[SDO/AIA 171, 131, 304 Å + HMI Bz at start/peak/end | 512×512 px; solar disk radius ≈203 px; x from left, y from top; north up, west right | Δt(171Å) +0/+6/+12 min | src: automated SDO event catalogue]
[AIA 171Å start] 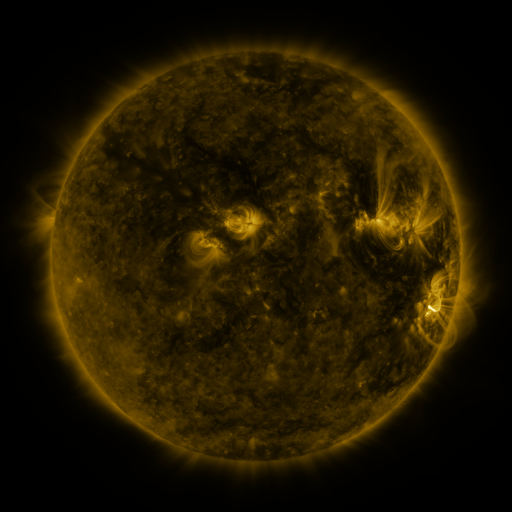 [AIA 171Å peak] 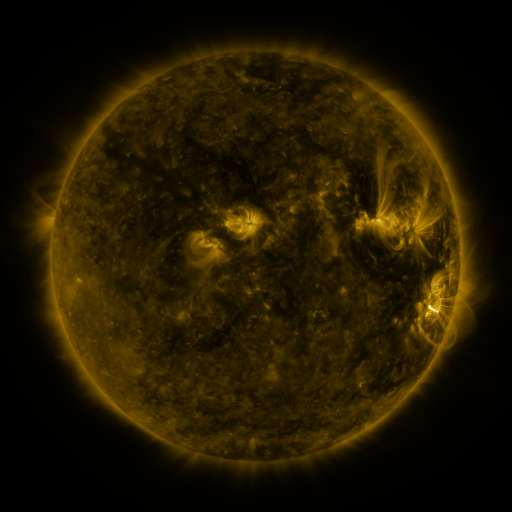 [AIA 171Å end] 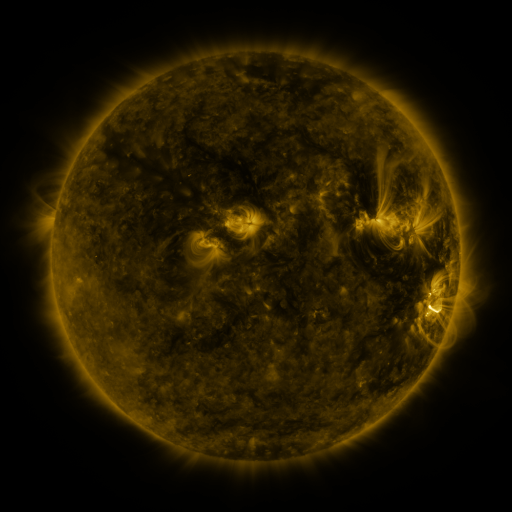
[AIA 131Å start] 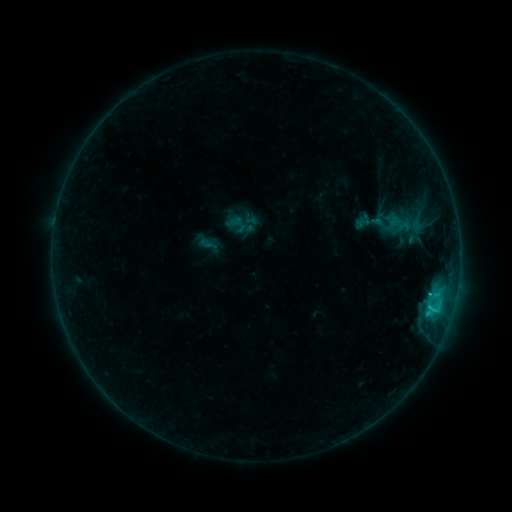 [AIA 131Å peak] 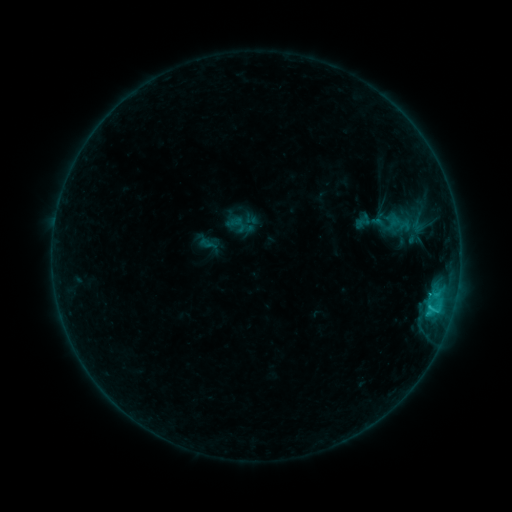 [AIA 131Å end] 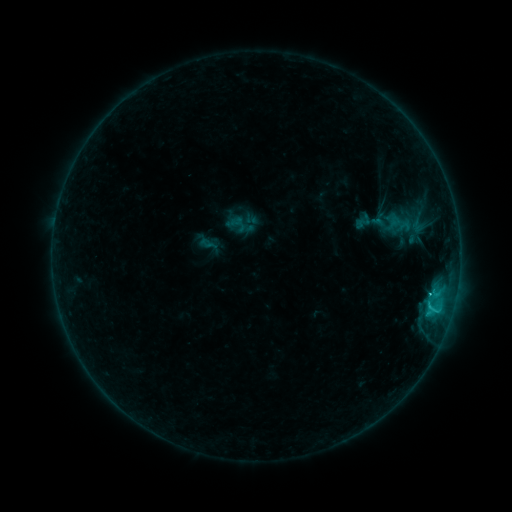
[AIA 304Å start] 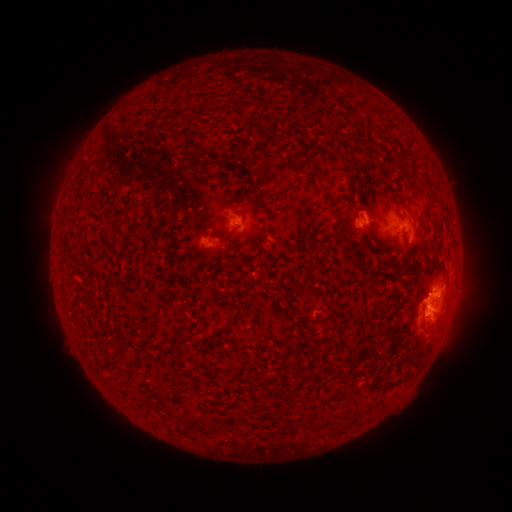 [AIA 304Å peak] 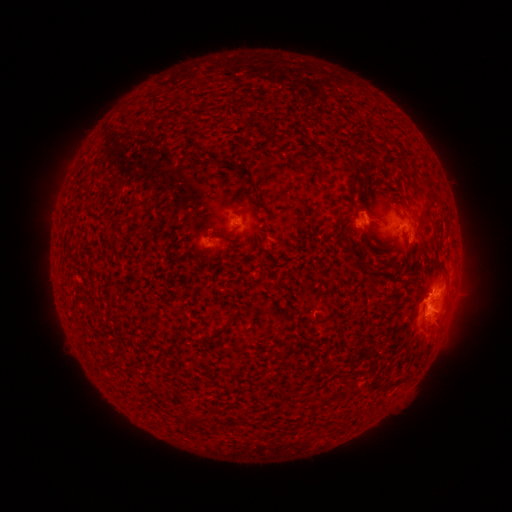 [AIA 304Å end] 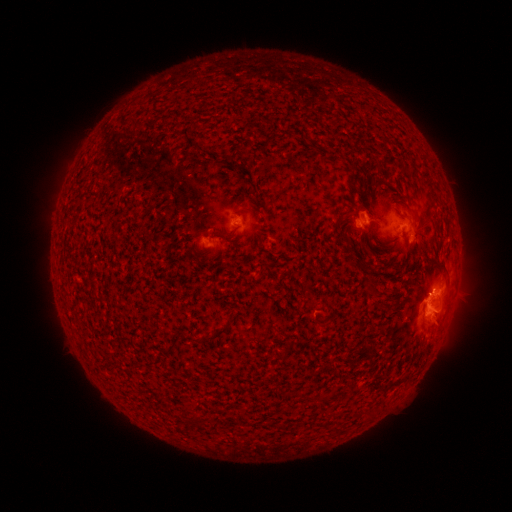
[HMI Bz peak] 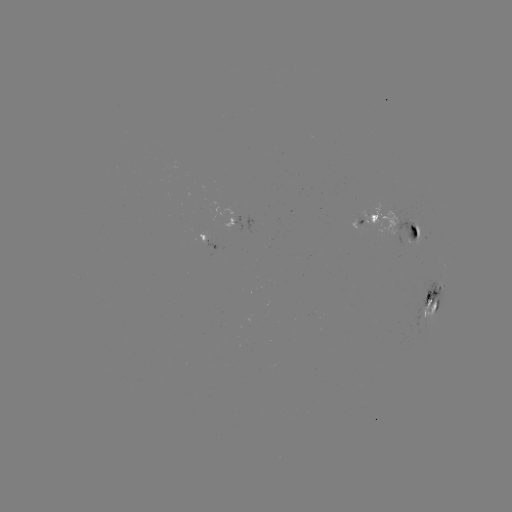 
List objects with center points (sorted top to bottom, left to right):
C1.3 flare: (429, 293)
